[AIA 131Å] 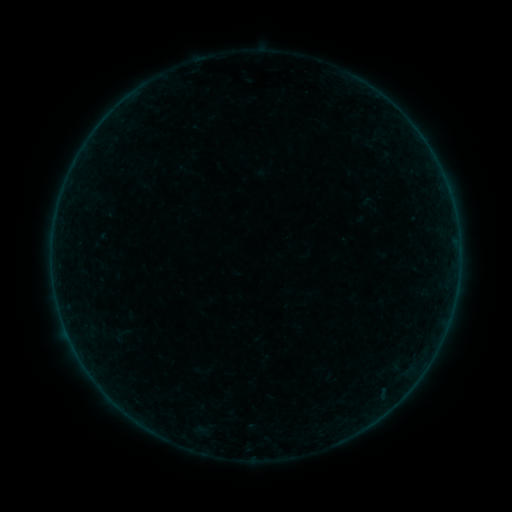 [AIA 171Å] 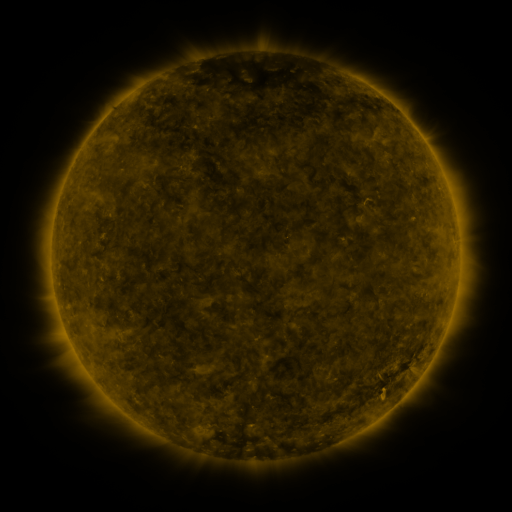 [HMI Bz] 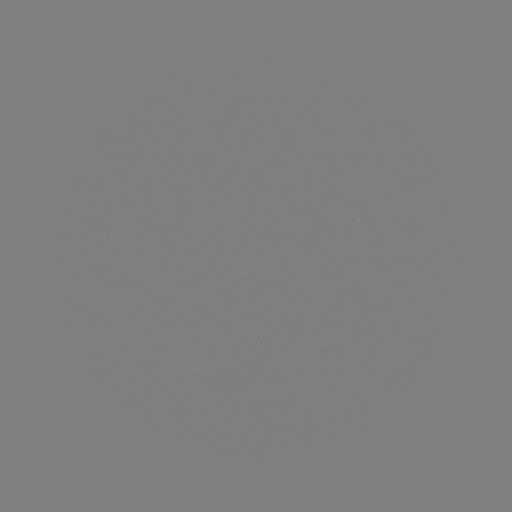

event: sigmoid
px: (121, 335)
